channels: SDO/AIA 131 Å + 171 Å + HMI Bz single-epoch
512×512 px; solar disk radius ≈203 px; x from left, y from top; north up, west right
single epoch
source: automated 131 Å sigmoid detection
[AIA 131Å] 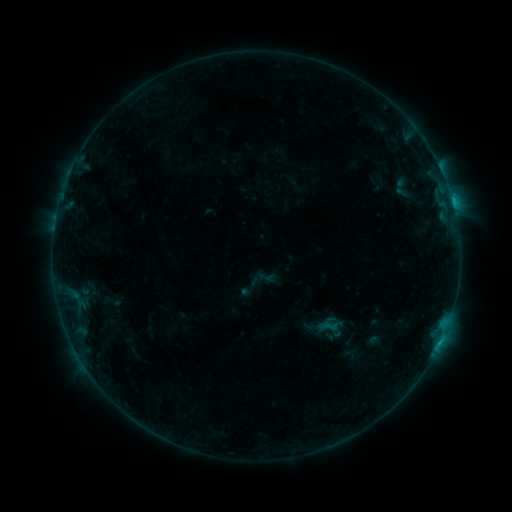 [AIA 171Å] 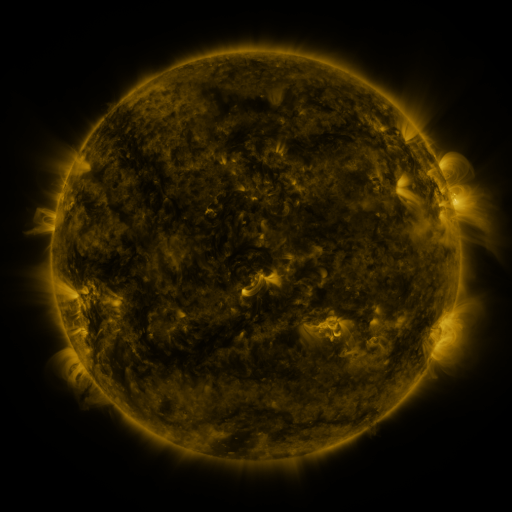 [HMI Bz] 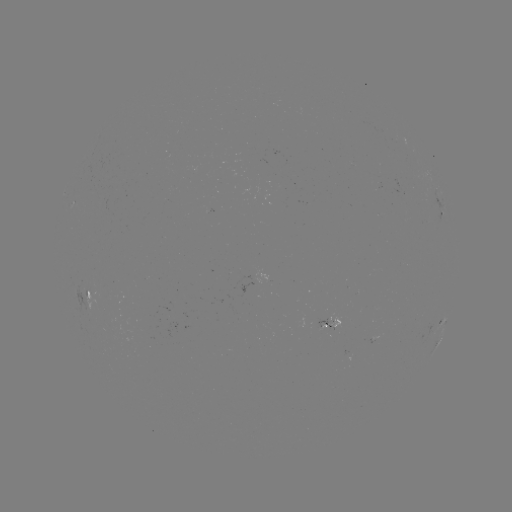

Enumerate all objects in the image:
sigmoid: <bbox>322, 317, 338, 335</bbox>
